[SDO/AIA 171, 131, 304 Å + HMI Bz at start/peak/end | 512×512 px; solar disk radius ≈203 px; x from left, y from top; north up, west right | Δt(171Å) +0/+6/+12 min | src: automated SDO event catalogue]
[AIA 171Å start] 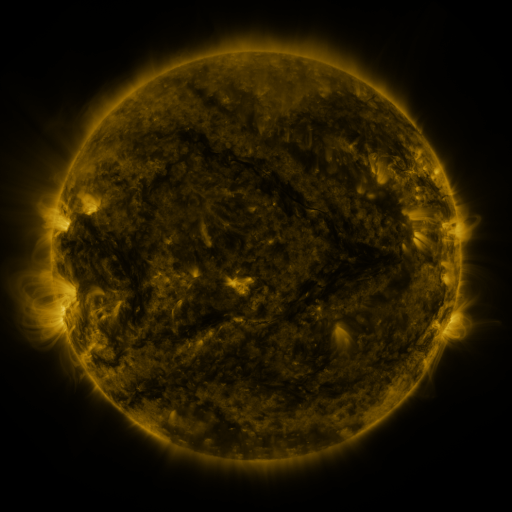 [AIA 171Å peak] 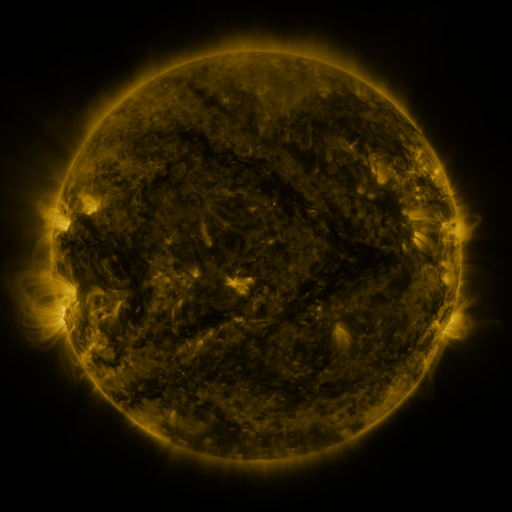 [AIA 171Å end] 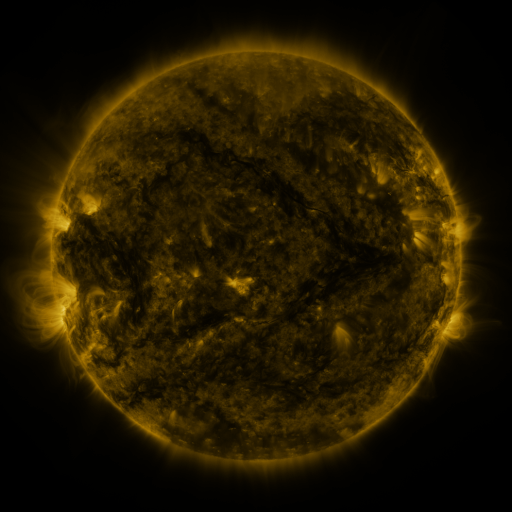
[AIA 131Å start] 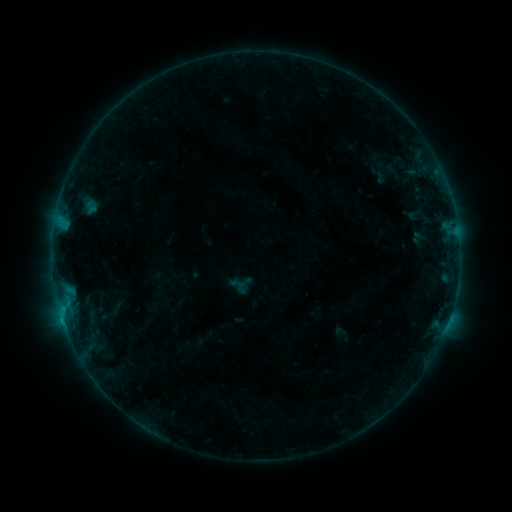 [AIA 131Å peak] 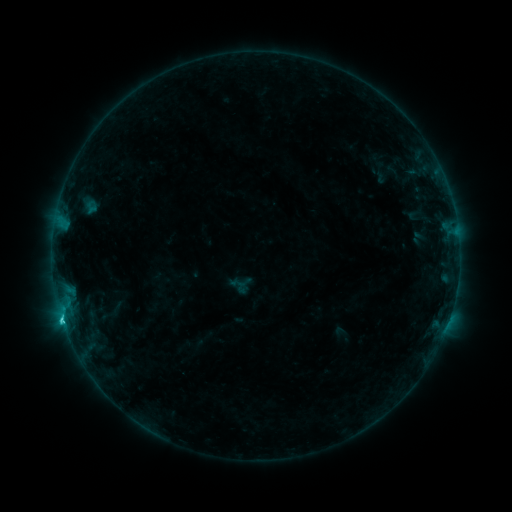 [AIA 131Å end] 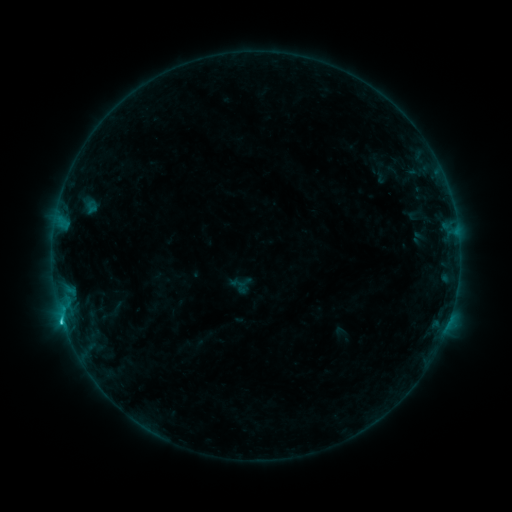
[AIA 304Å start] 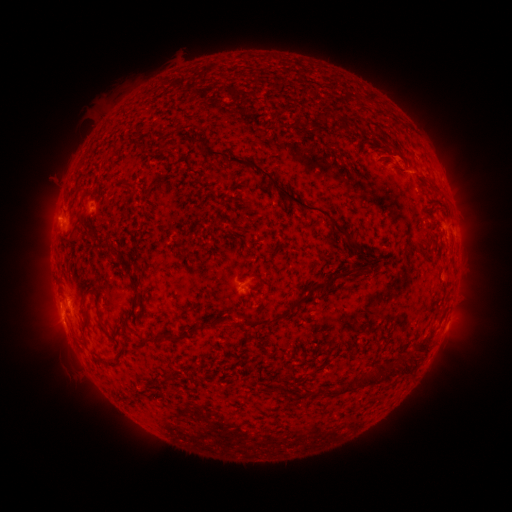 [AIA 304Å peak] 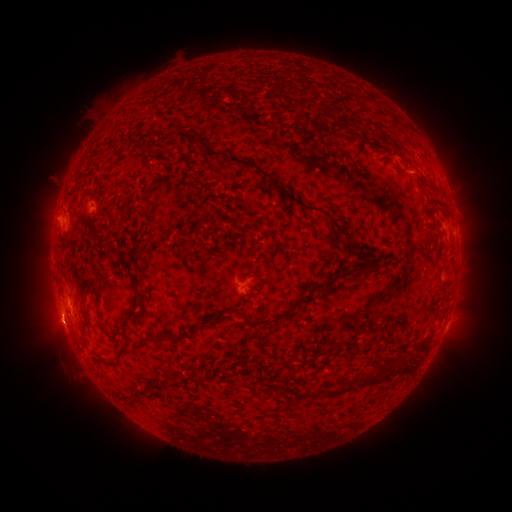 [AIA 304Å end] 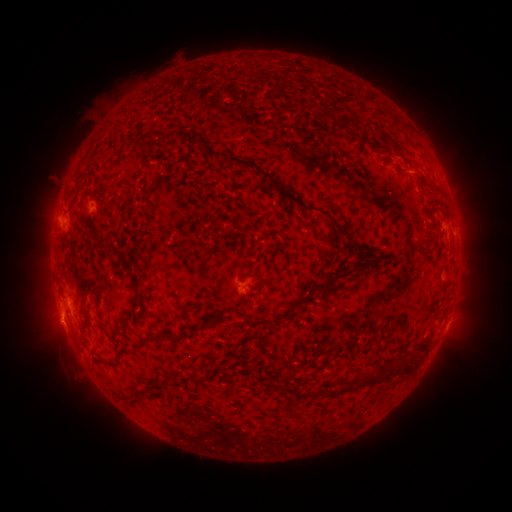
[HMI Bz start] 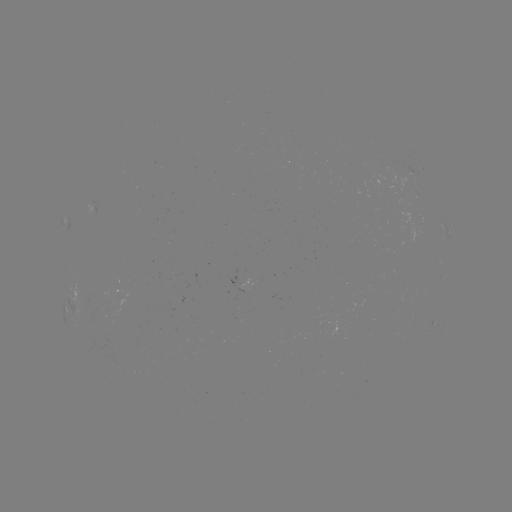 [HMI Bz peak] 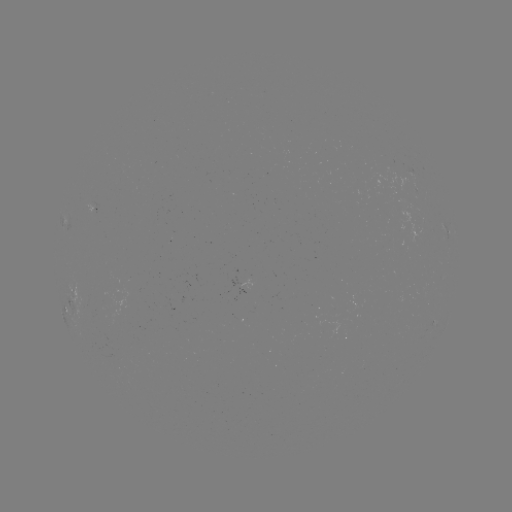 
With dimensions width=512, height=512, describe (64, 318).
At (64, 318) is C1.3 flare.